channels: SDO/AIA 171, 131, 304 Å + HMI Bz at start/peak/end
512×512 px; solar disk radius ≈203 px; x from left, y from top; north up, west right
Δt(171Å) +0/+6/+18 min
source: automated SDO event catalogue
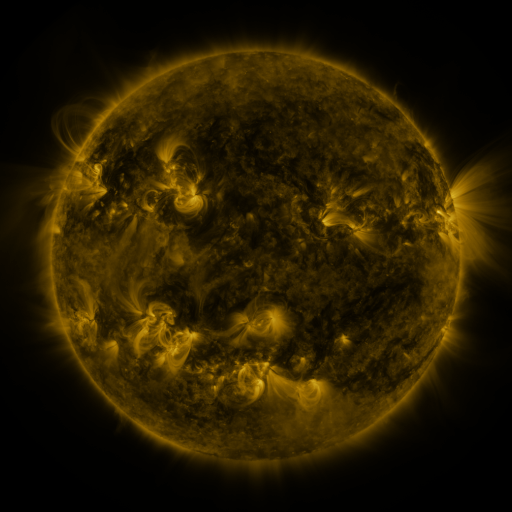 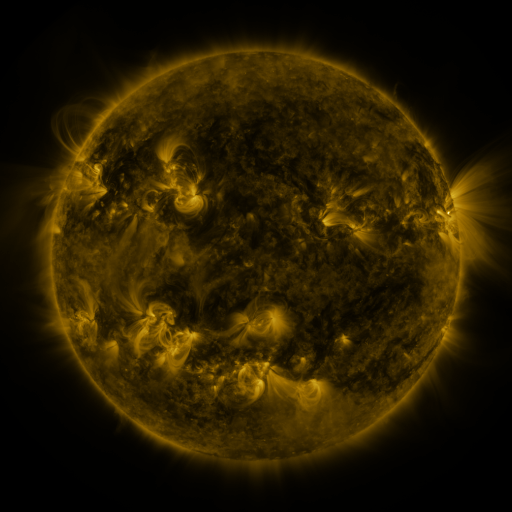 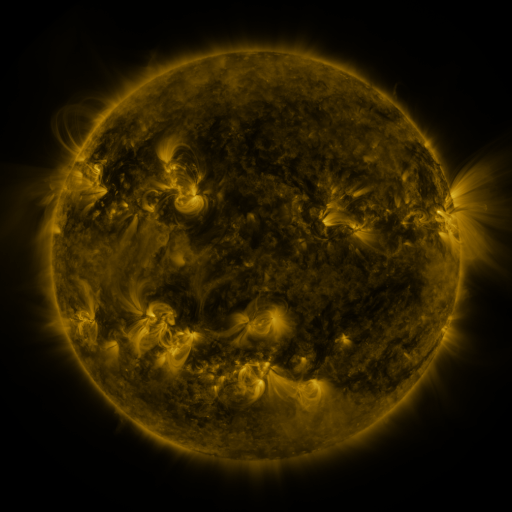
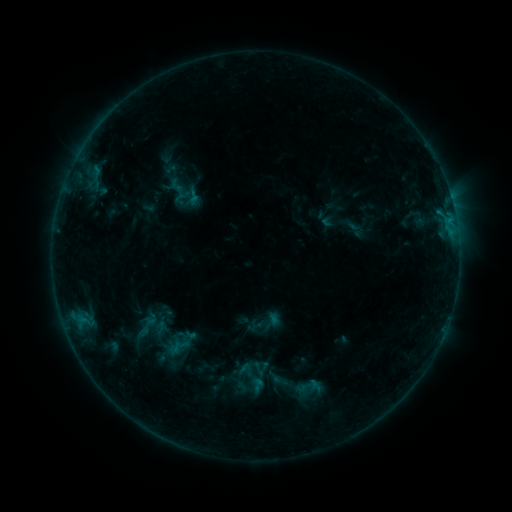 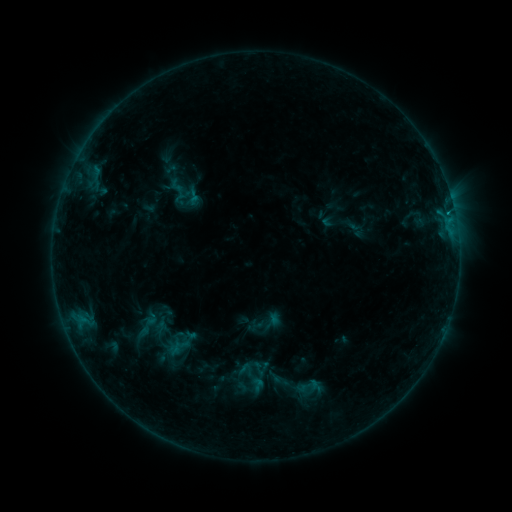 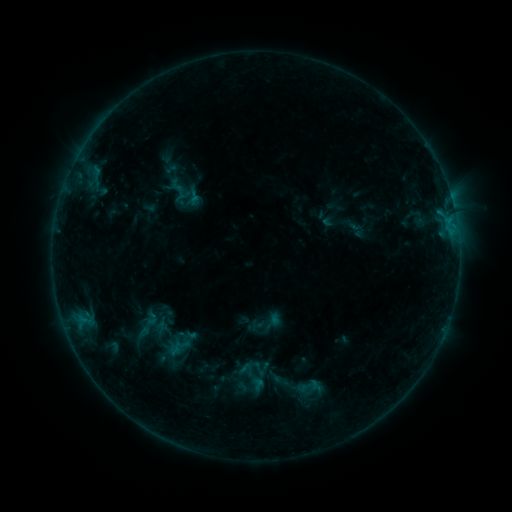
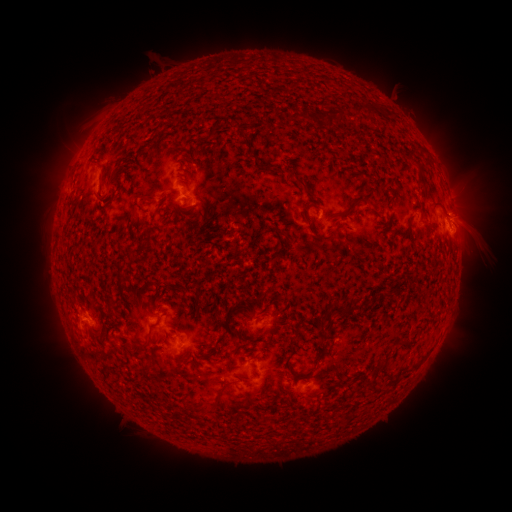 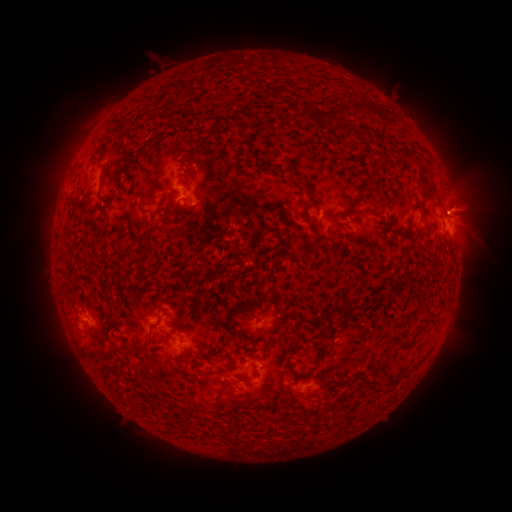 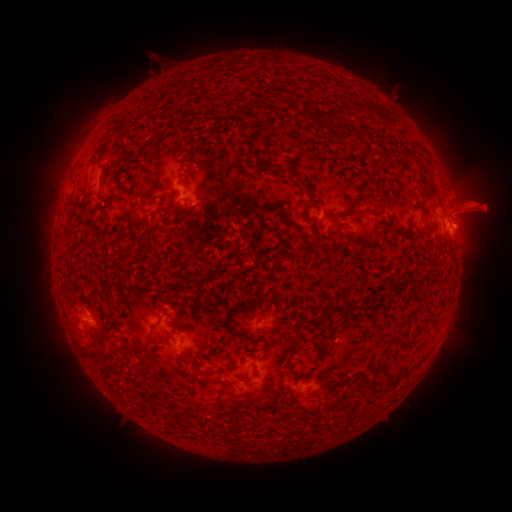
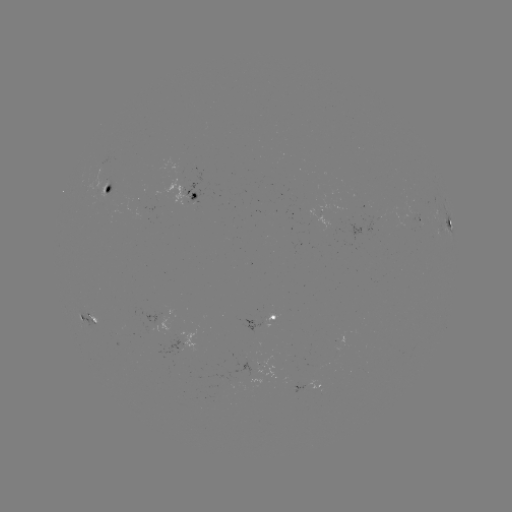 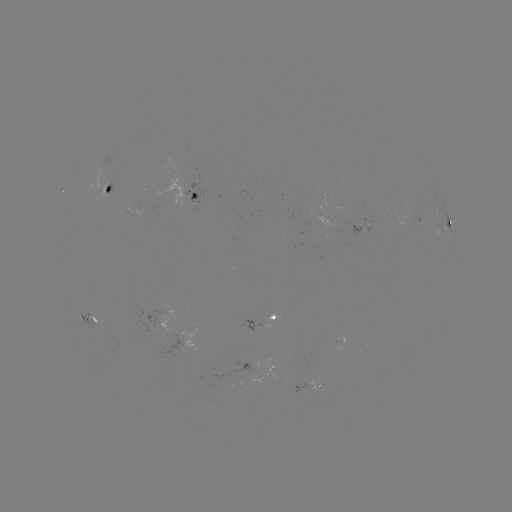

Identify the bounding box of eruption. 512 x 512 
[434, 175, 509, 245].